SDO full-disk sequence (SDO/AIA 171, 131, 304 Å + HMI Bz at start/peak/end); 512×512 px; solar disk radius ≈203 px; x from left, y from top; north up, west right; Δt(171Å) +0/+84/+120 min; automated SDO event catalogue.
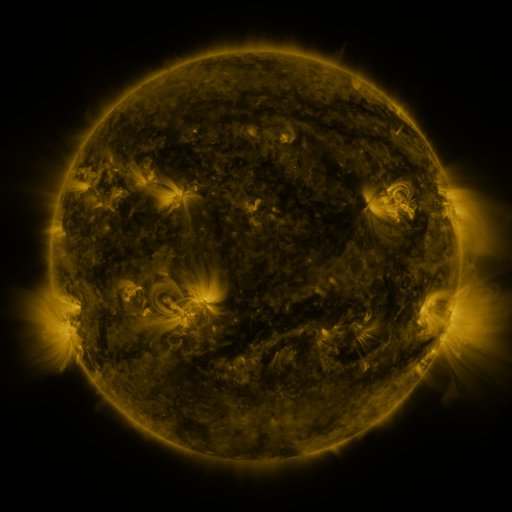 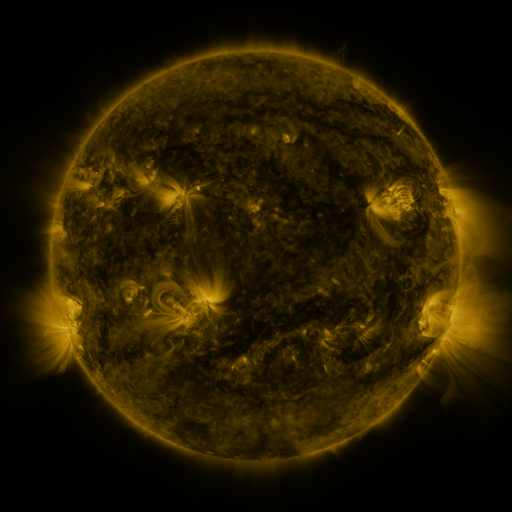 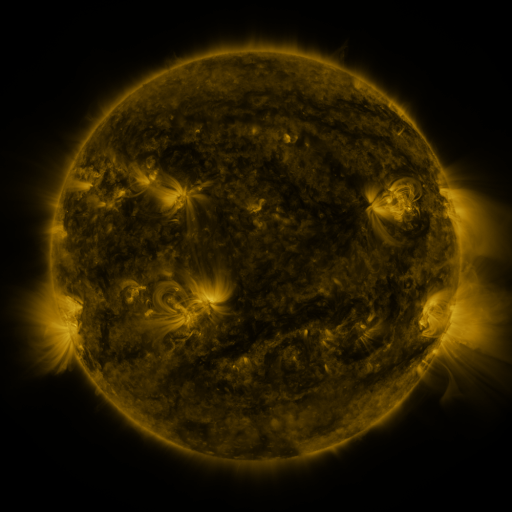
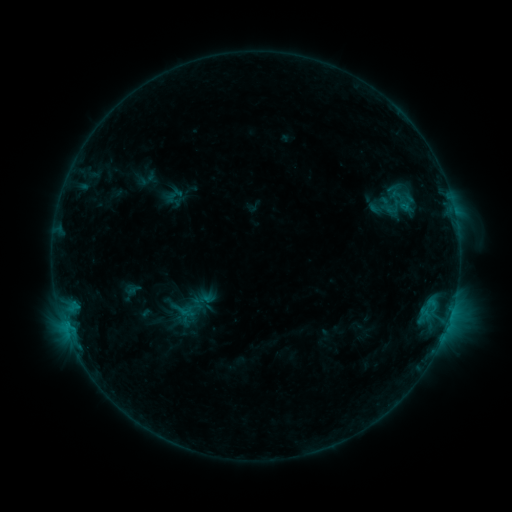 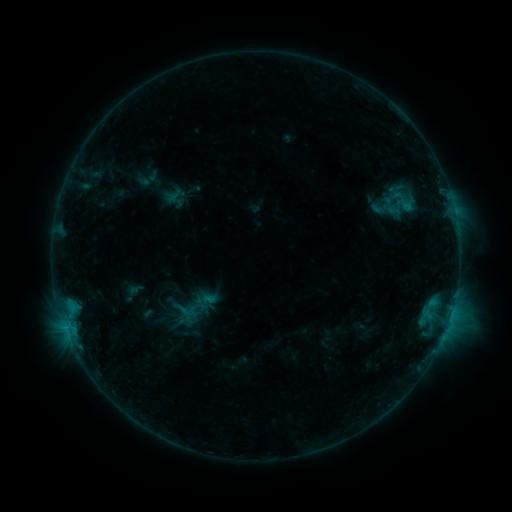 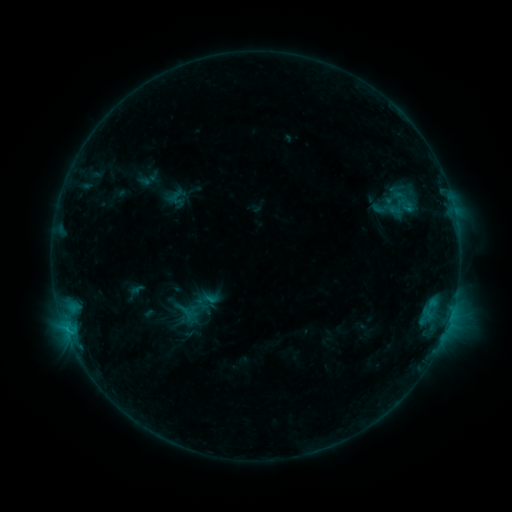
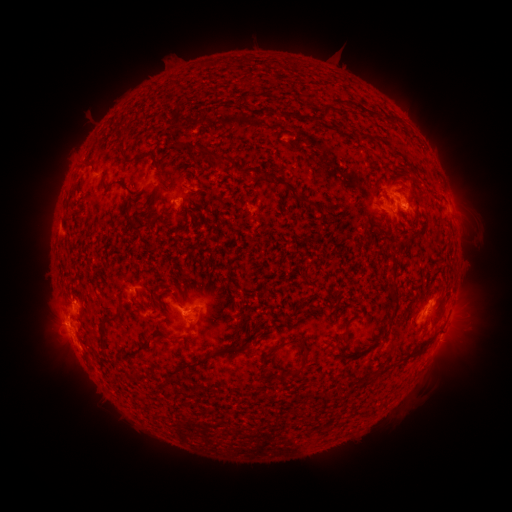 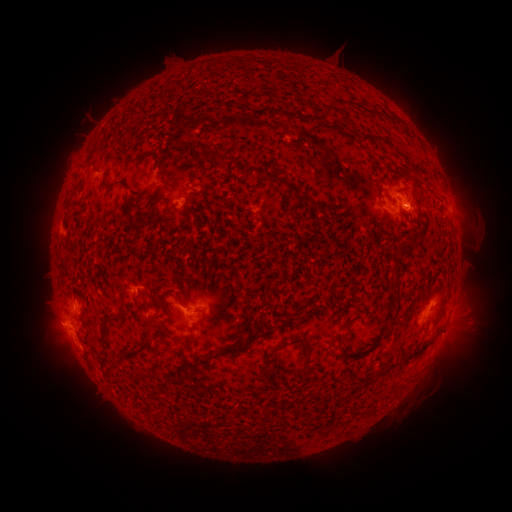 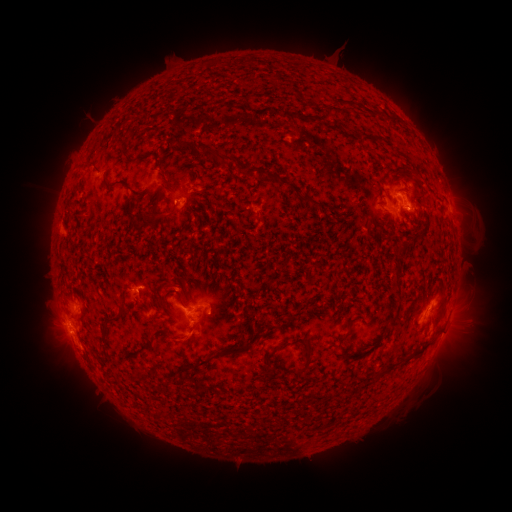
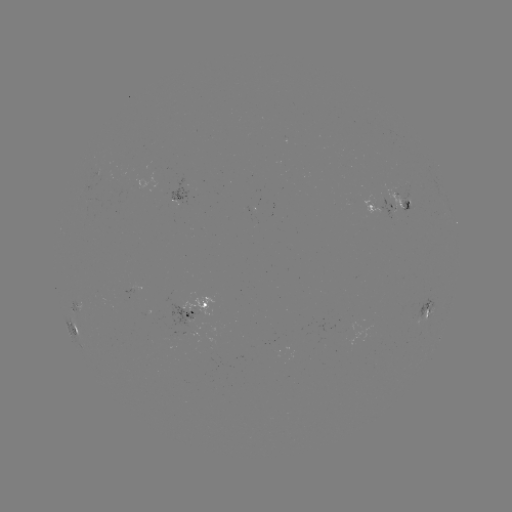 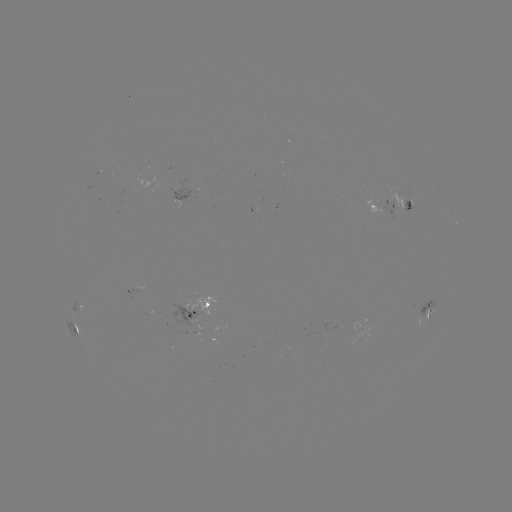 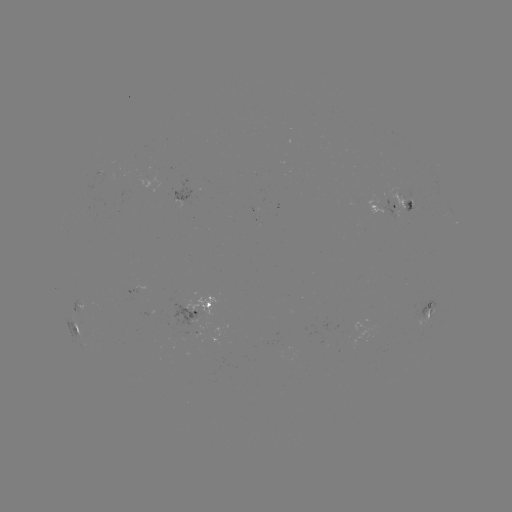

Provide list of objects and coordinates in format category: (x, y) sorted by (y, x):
emerging-flux region: (100, 175)
